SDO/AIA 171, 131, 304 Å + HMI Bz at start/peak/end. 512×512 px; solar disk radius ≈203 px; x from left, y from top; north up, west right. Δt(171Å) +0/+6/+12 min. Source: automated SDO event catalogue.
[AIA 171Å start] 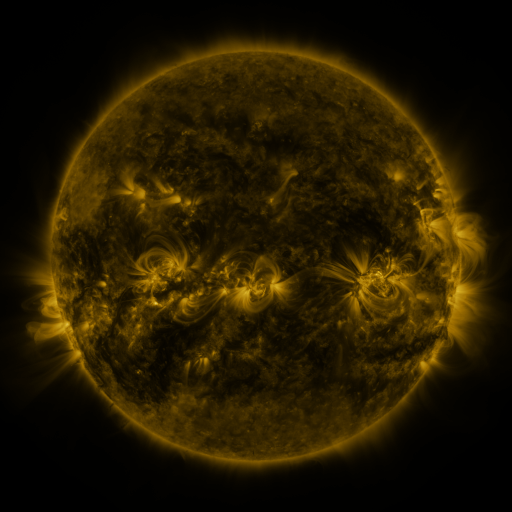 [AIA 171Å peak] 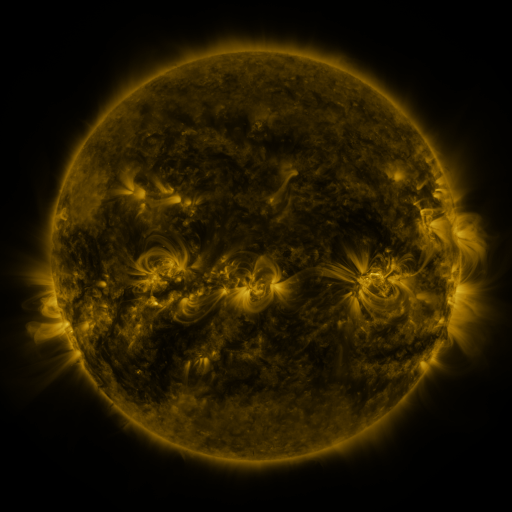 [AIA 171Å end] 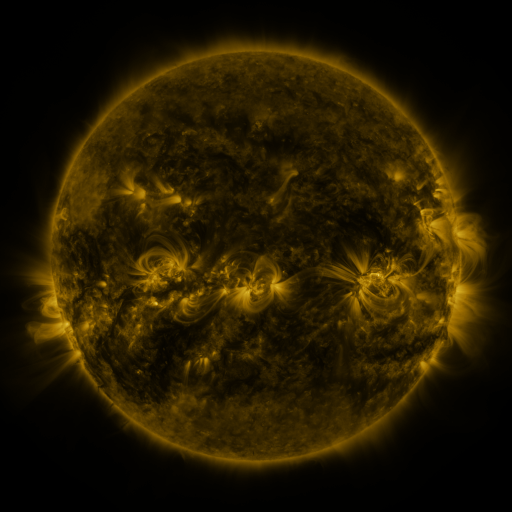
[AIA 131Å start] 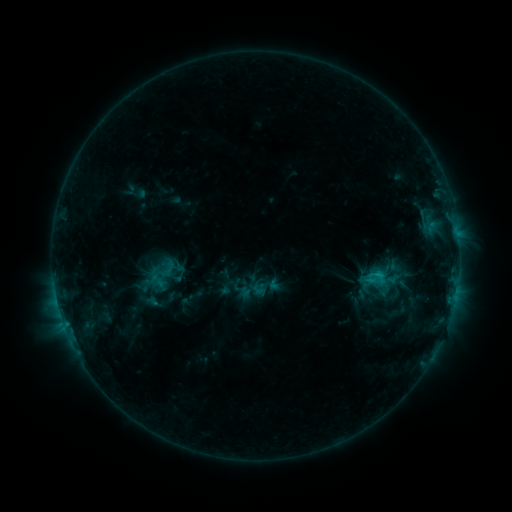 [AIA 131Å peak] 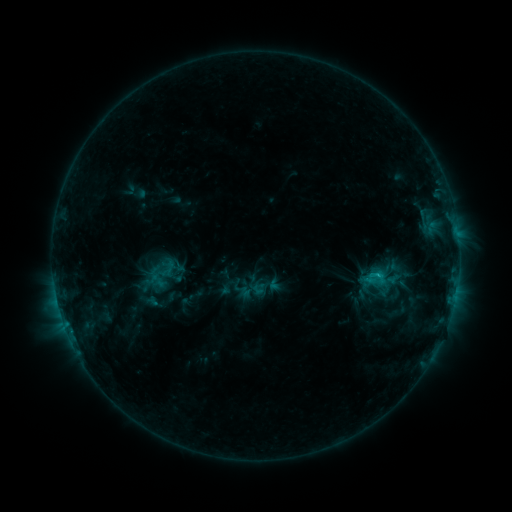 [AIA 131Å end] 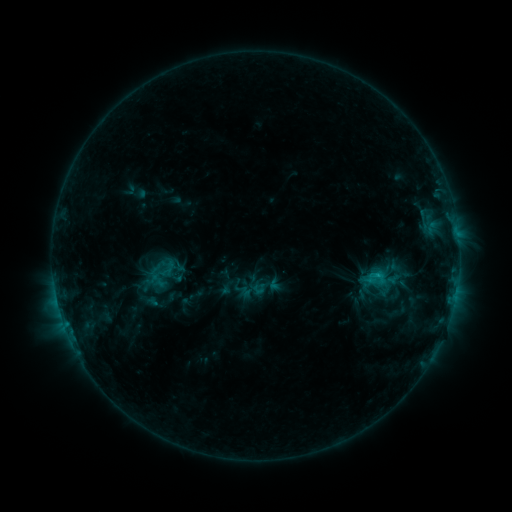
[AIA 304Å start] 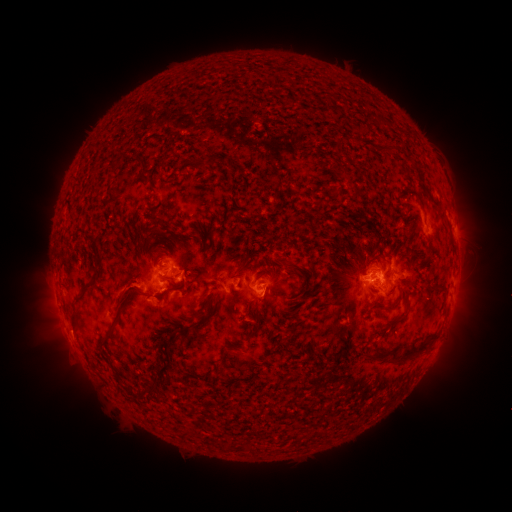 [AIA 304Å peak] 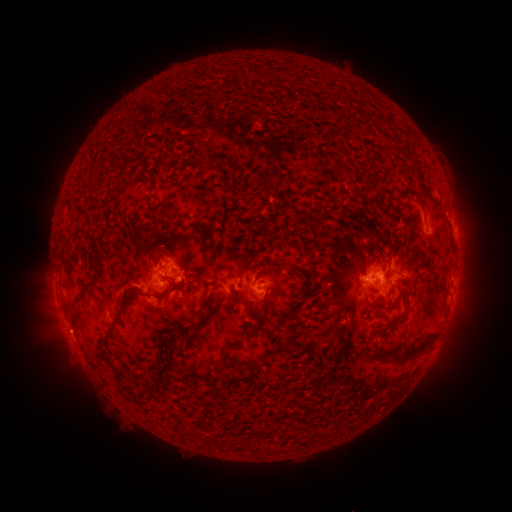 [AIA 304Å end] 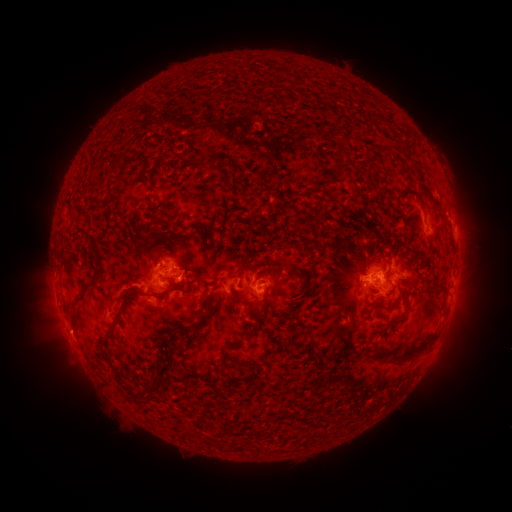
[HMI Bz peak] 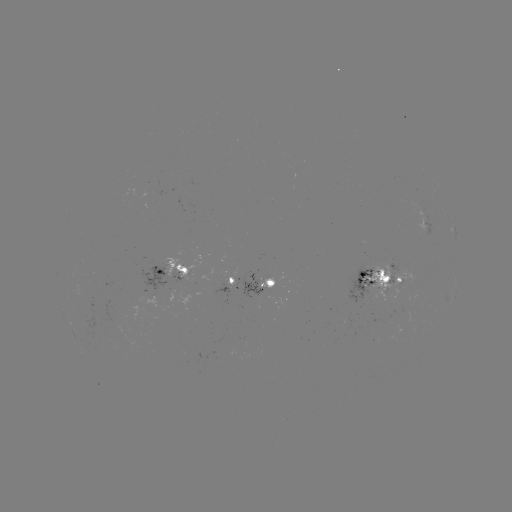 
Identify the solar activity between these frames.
no flare in any classed list; no EUV-trigger detection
